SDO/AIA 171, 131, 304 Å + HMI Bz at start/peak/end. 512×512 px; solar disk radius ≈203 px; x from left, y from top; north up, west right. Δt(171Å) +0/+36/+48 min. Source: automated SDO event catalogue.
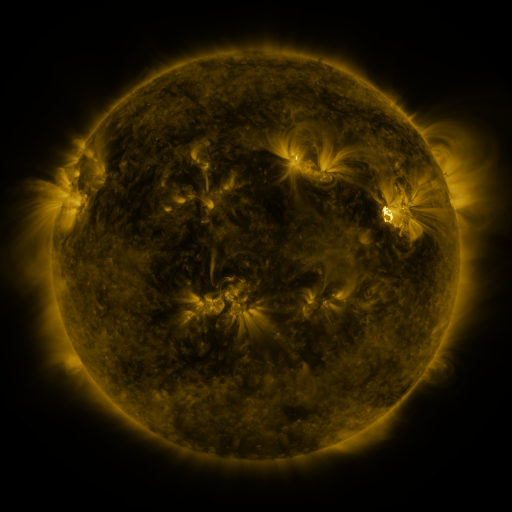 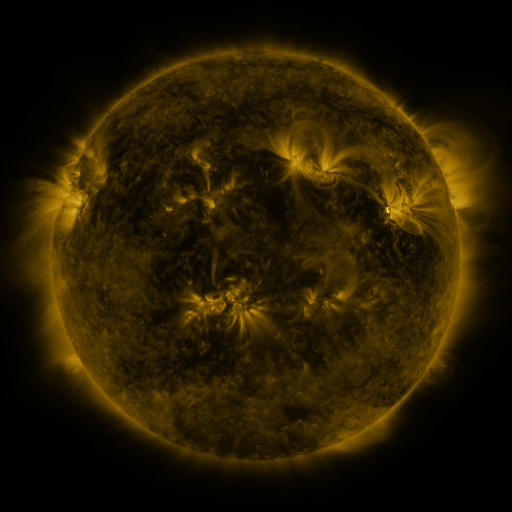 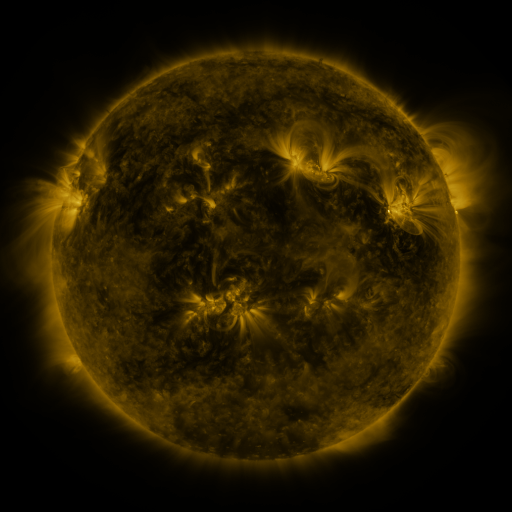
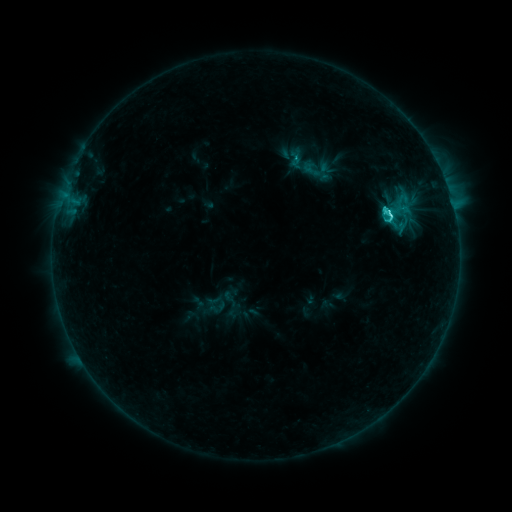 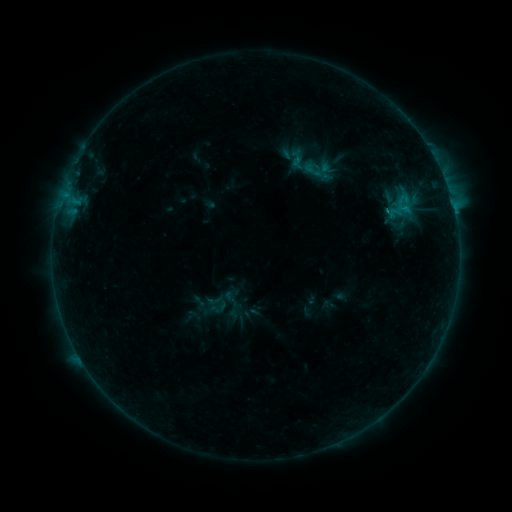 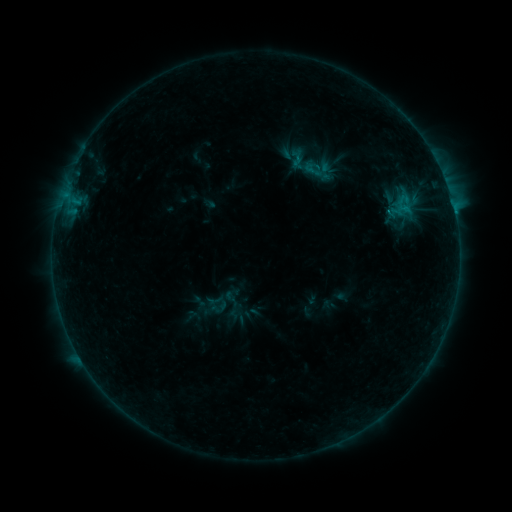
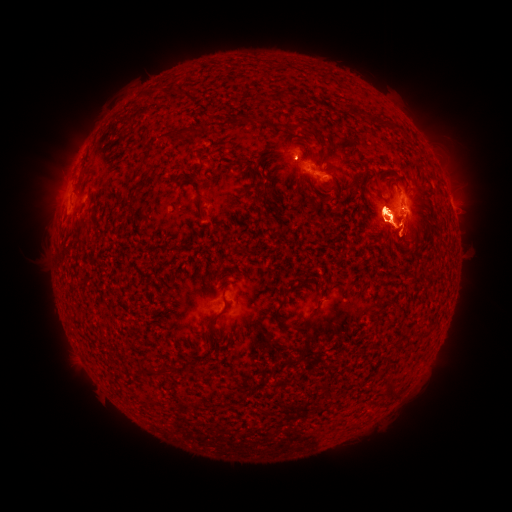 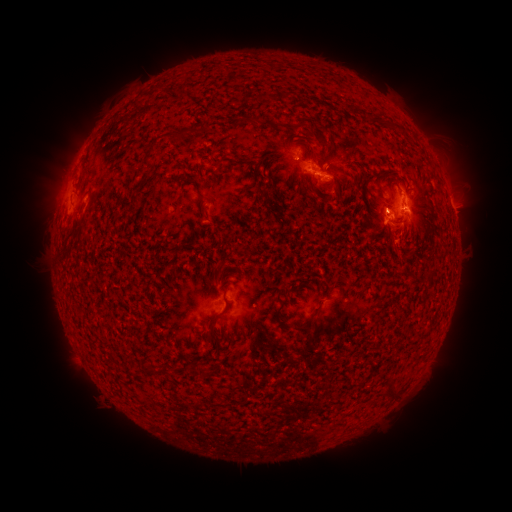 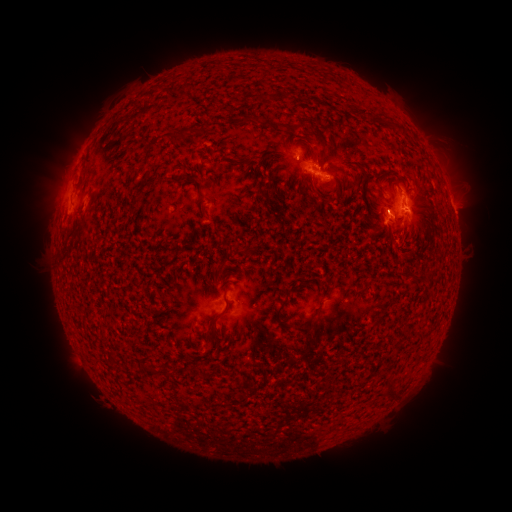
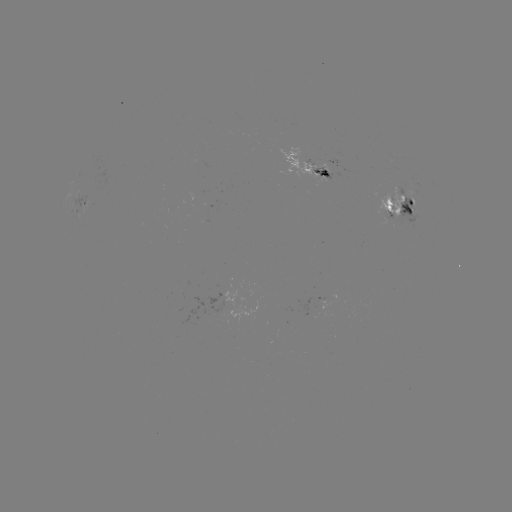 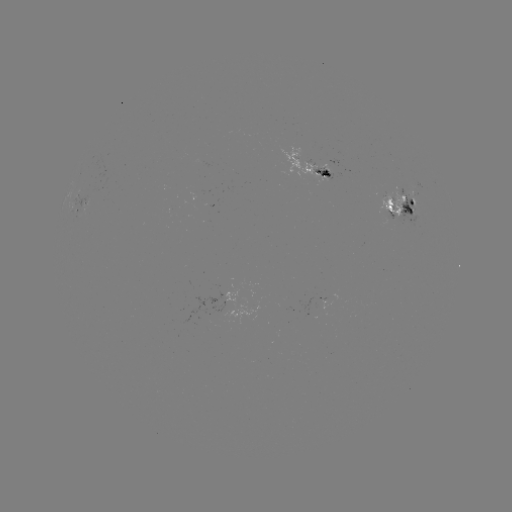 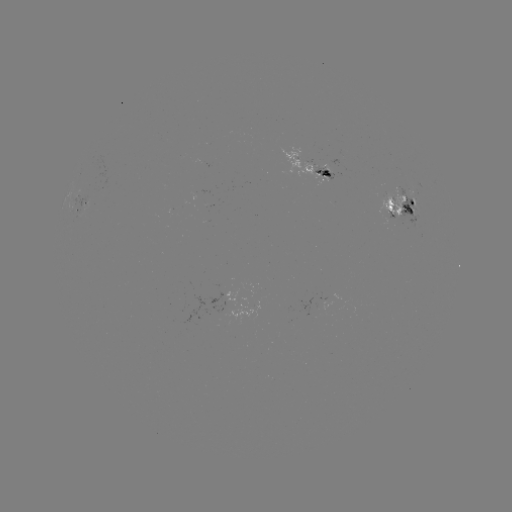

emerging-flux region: (312, 164, 335, 180)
